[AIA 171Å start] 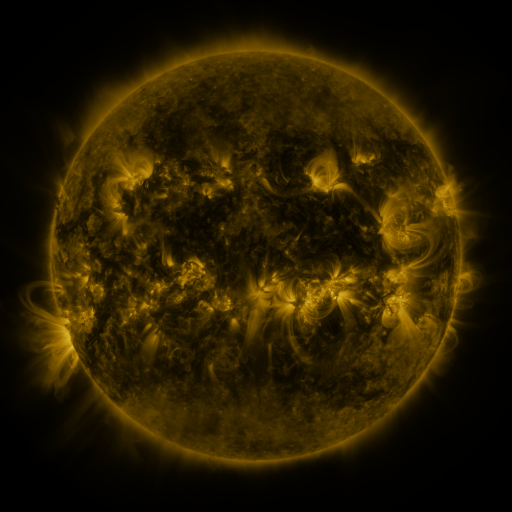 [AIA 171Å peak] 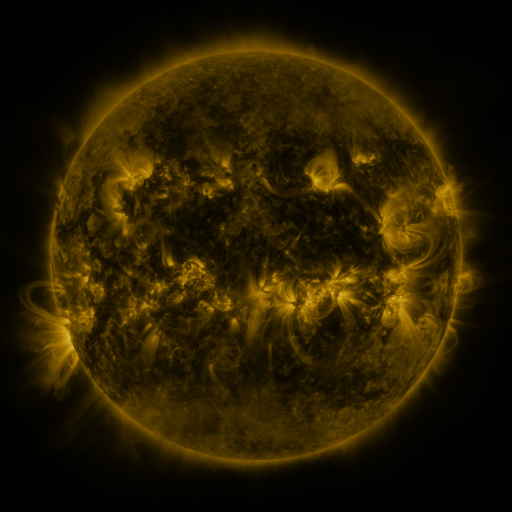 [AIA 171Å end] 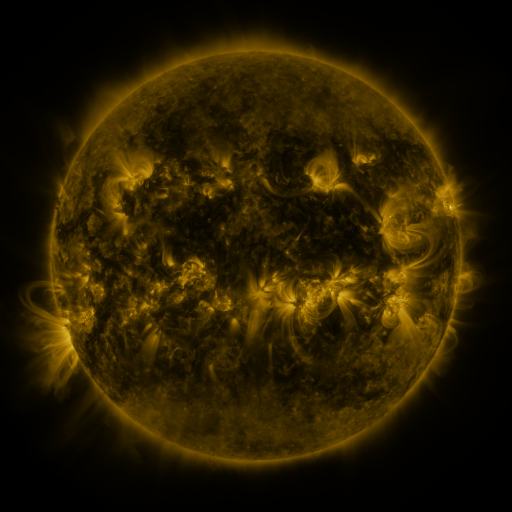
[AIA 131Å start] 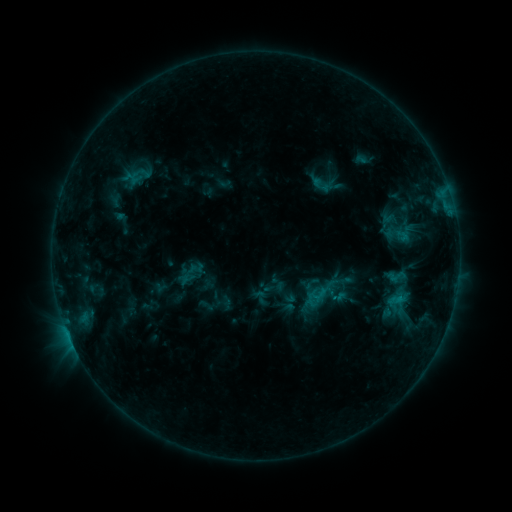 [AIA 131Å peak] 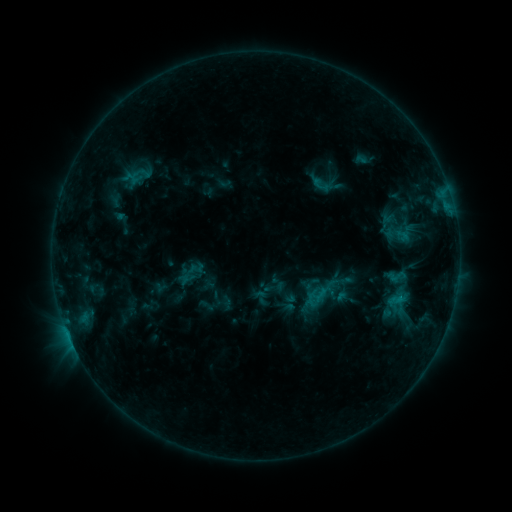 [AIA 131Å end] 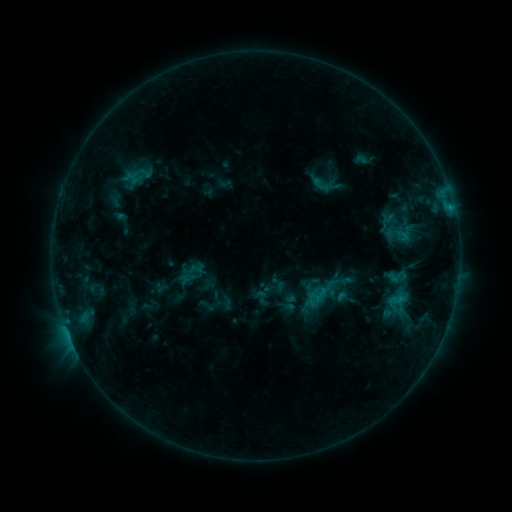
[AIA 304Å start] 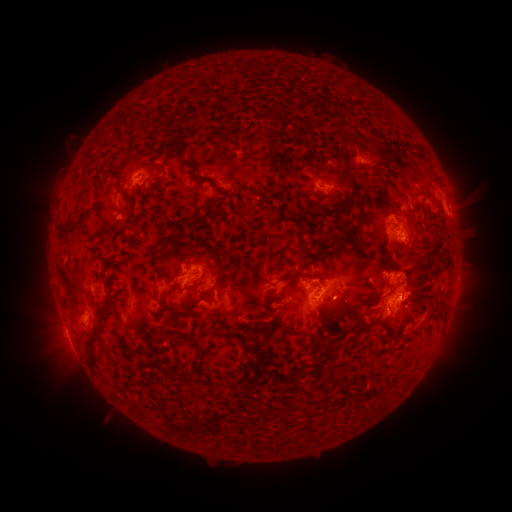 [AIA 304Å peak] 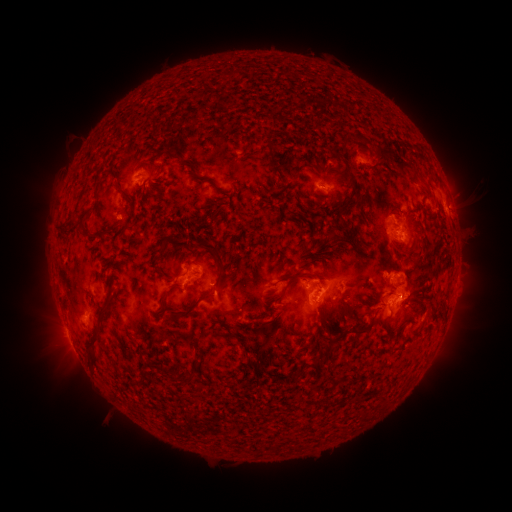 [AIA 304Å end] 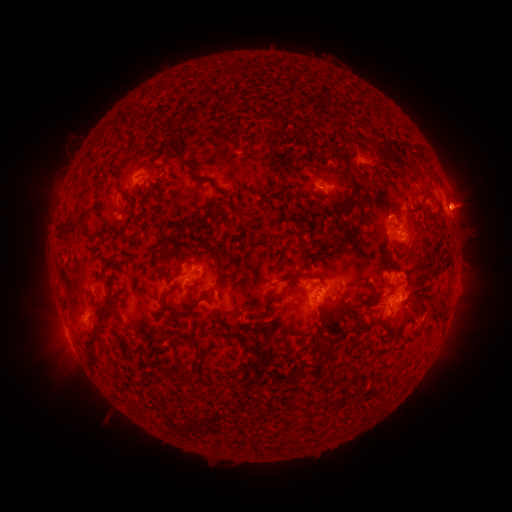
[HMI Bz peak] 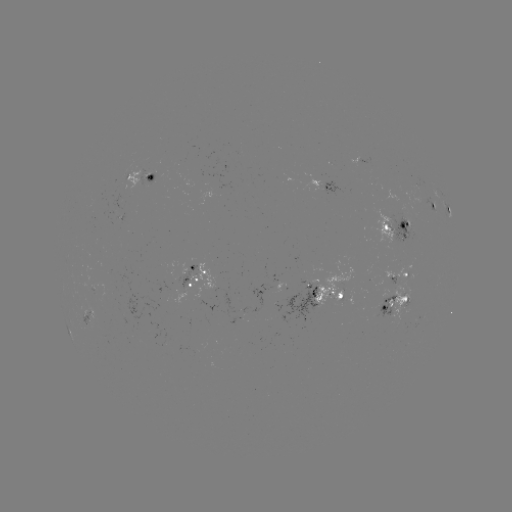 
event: eruption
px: (464, 204)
